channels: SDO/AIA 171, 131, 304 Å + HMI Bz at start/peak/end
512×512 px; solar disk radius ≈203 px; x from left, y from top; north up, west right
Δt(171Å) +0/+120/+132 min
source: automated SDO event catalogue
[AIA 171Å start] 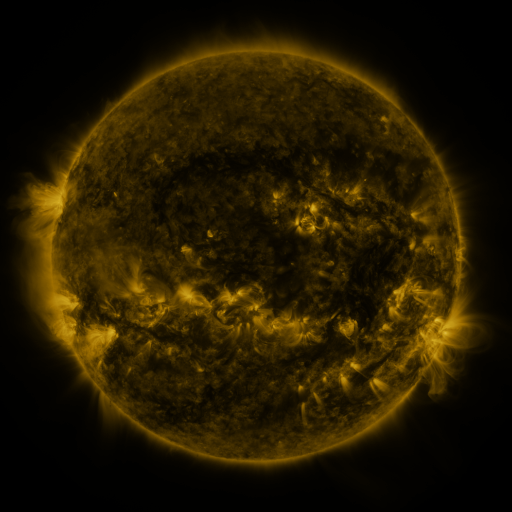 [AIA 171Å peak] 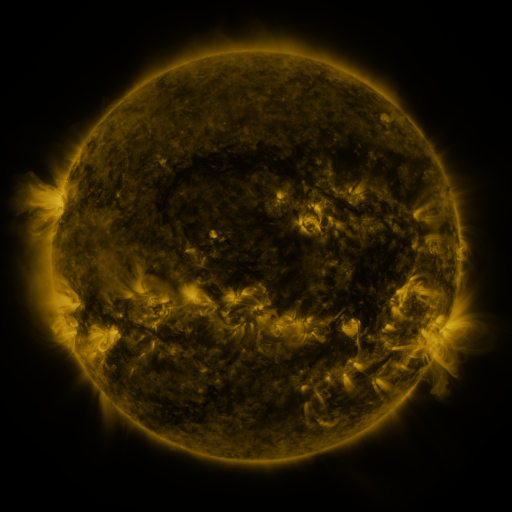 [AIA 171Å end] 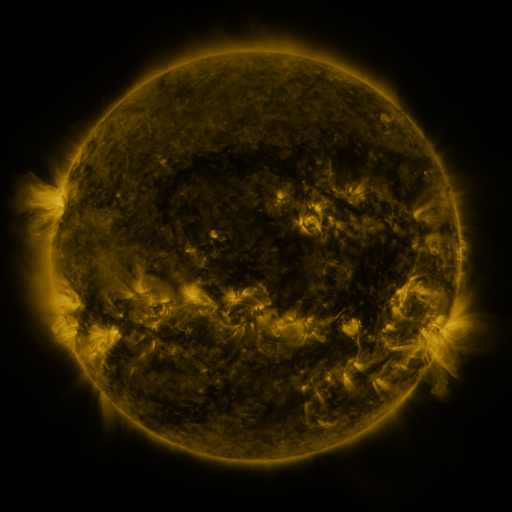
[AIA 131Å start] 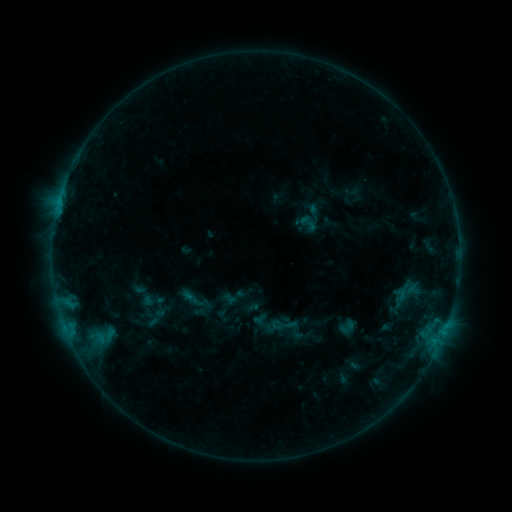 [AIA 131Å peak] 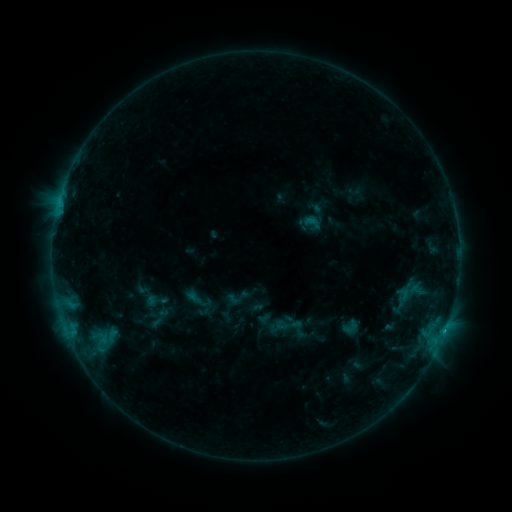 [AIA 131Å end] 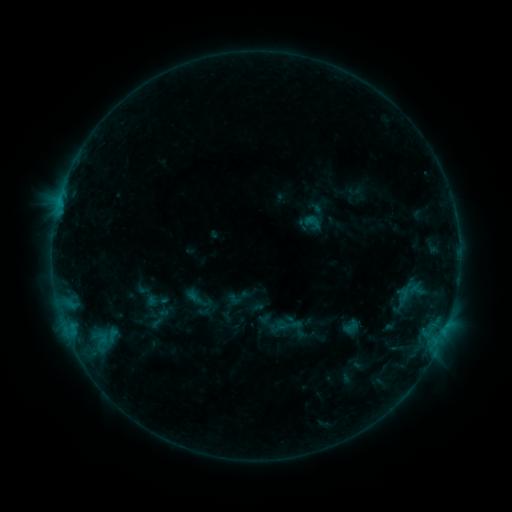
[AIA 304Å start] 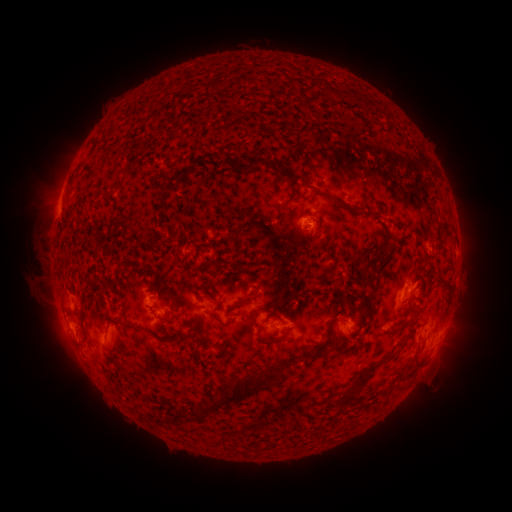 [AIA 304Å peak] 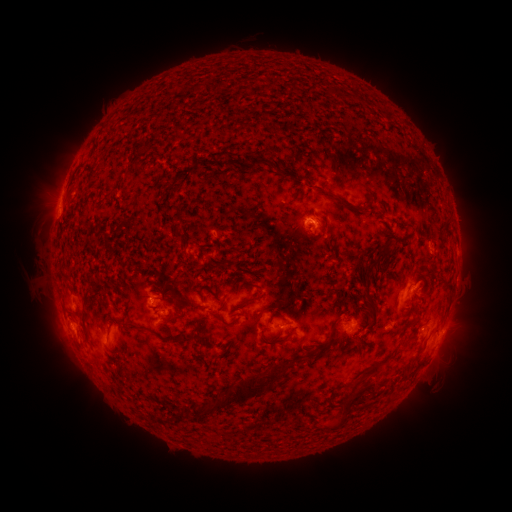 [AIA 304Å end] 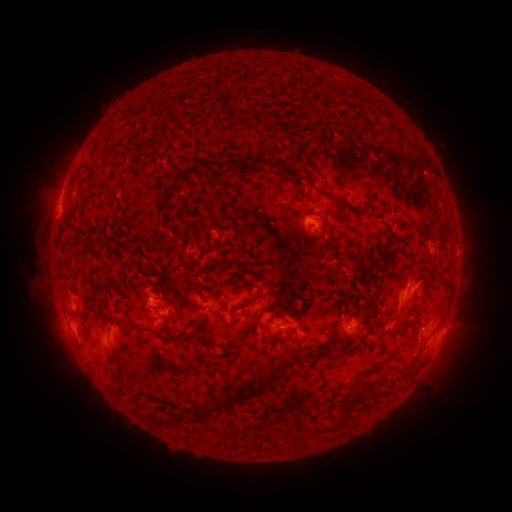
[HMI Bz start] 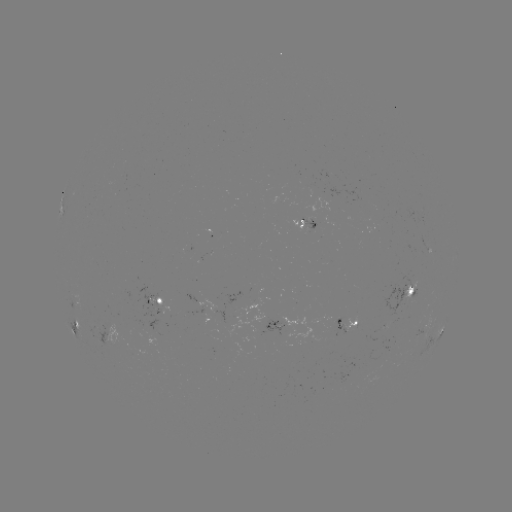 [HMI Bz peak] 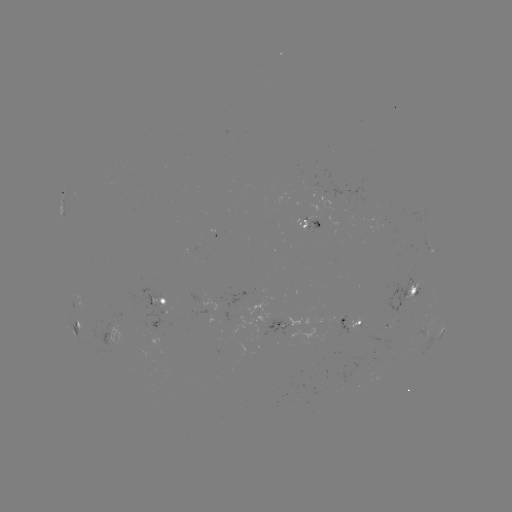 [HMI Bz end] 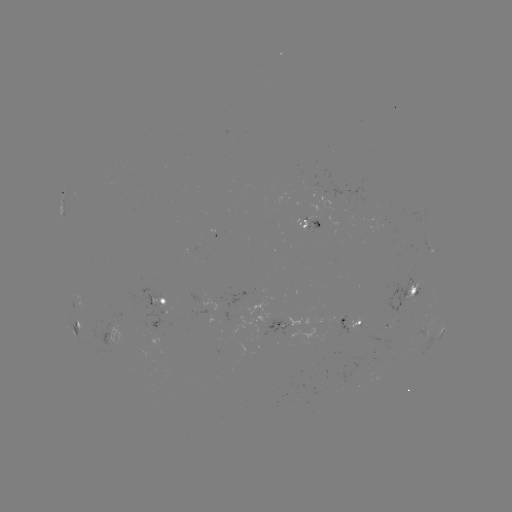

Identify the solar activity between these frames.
emerging-flux region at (293, 324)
